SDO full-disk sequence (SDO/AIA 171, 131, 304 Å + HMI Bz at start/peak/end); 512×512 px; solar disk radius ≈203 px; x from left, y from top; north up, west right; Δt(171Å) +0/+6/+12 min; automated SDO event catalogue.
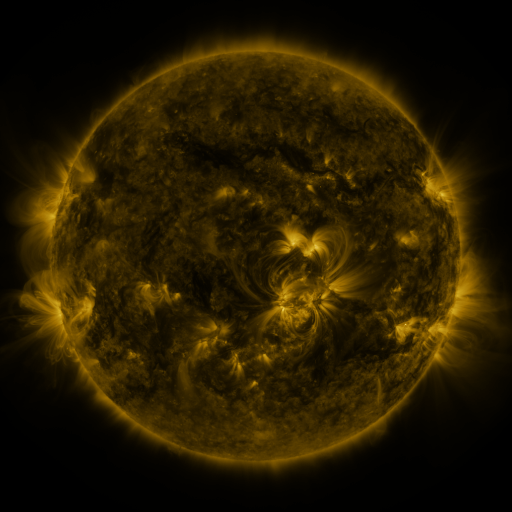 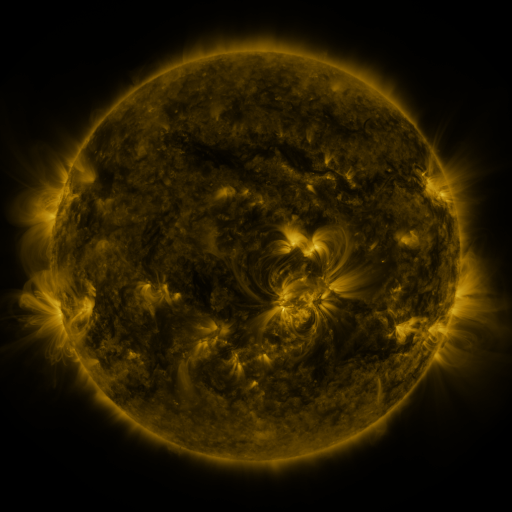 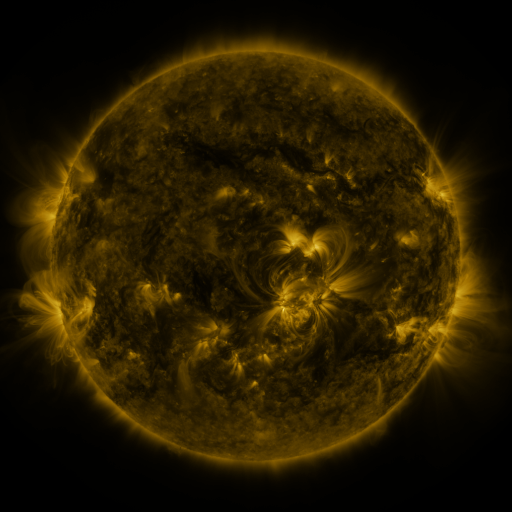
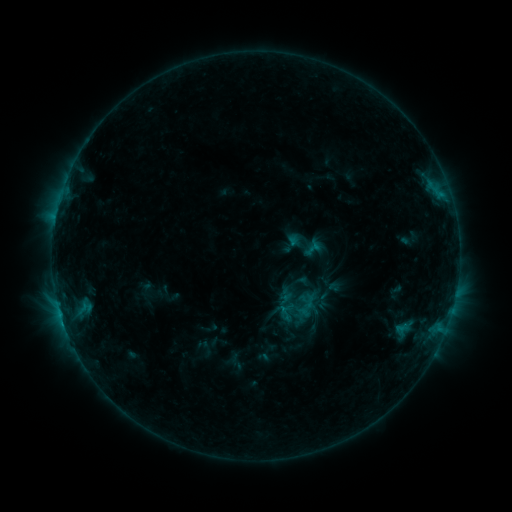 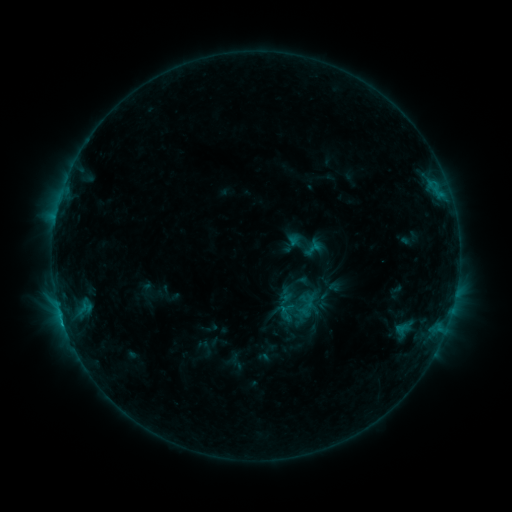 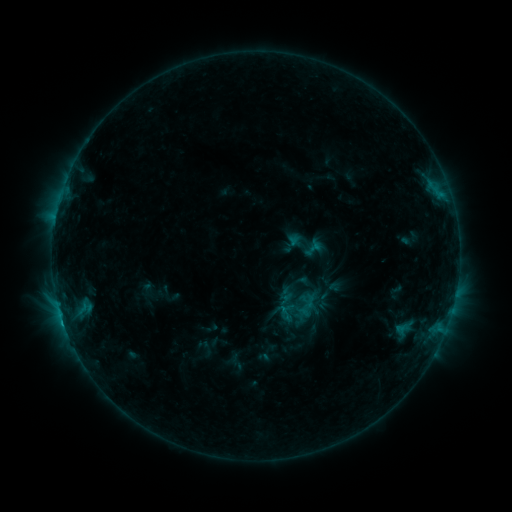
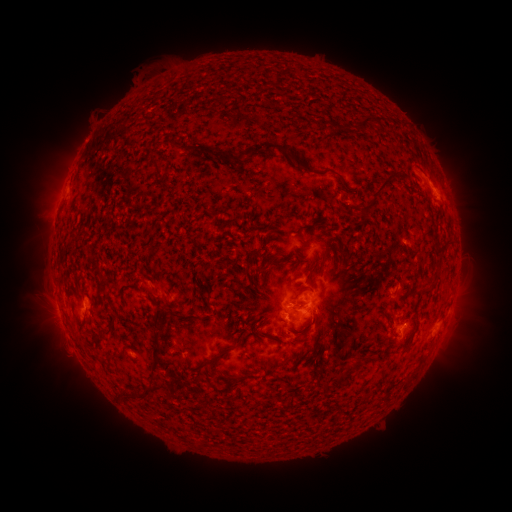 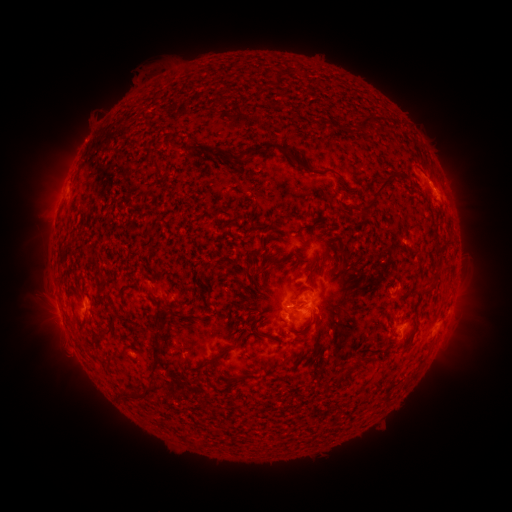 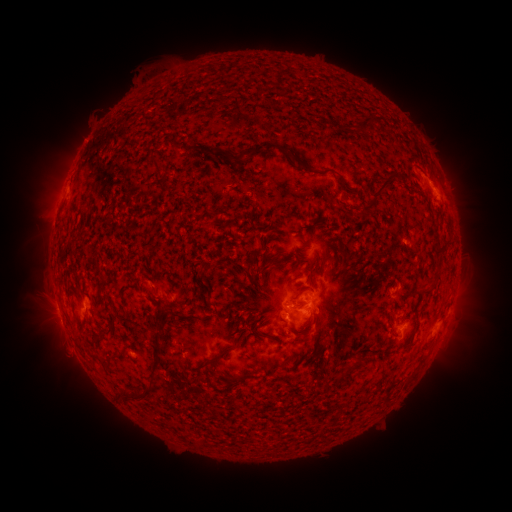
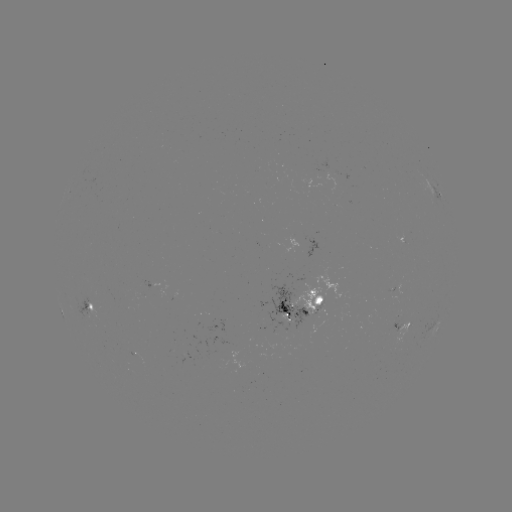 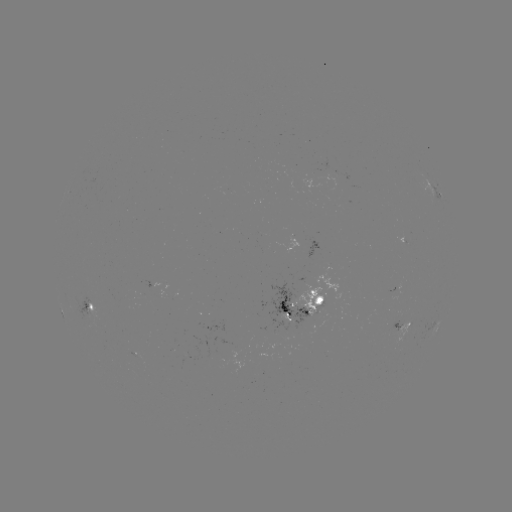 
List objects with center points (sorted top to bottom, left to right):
C1.4 flare: (63, 322)
